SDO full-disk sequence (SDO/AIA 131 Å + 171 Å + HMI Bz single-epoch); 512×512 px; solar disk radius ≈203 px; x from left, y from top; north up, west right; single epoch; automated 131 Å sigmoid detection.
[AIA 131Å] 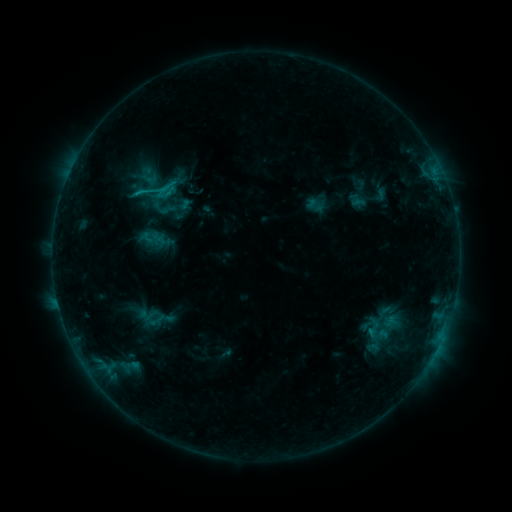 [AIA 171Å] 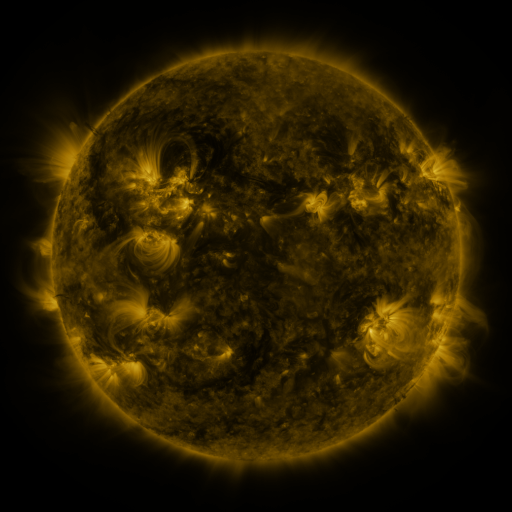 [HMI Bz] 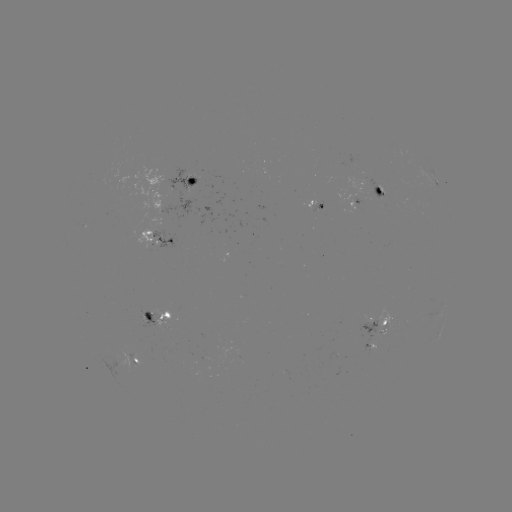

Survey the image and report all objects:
sigmoid: (156, 190)
sigmoid: (374, 329)
